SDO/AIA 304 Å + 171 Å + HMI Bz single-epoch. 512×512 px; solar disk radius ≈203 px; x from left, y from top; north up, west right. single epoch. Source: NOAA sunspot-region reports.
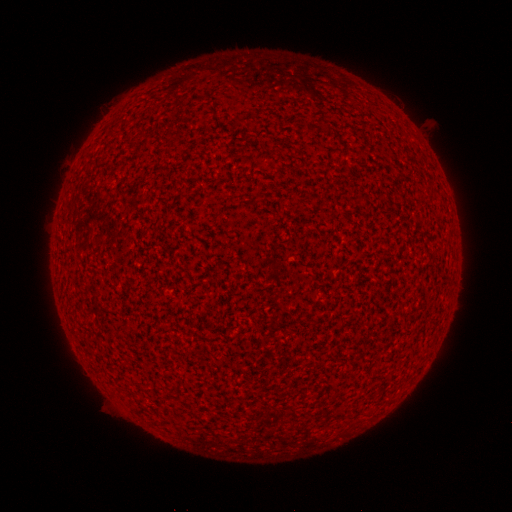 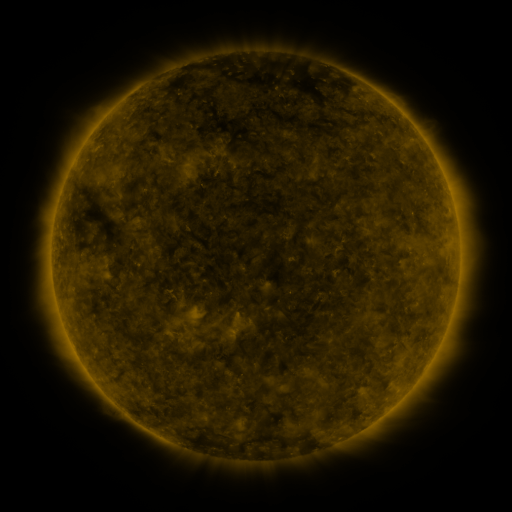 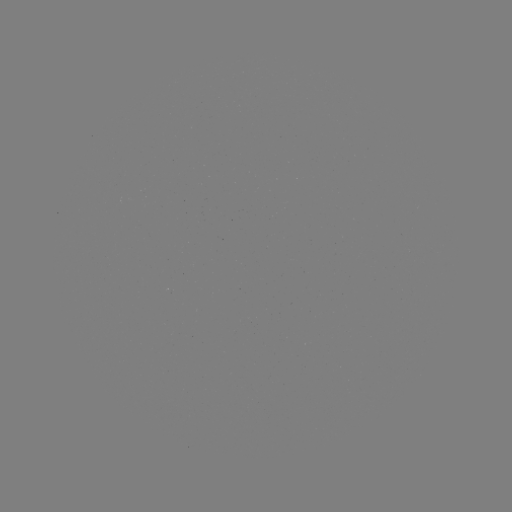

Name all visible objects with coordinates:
(none)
